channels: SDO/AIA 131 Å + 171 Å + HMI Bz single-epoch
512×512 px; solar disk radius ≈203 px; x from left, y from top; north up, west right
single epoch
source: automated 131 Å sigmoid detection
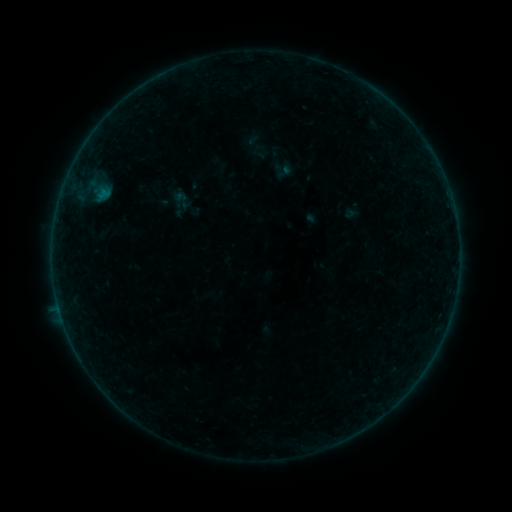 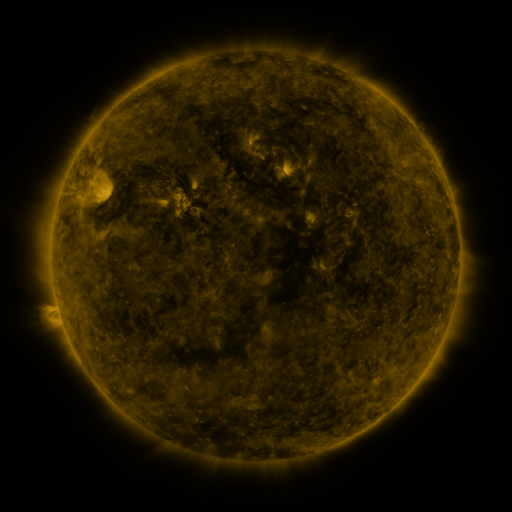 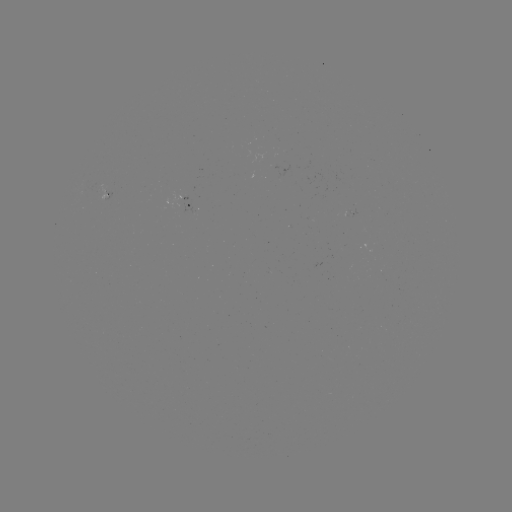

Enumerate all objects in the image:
sigmoid: (182, 200)
